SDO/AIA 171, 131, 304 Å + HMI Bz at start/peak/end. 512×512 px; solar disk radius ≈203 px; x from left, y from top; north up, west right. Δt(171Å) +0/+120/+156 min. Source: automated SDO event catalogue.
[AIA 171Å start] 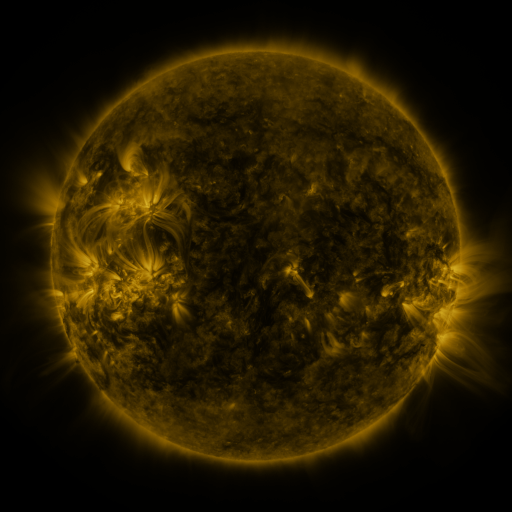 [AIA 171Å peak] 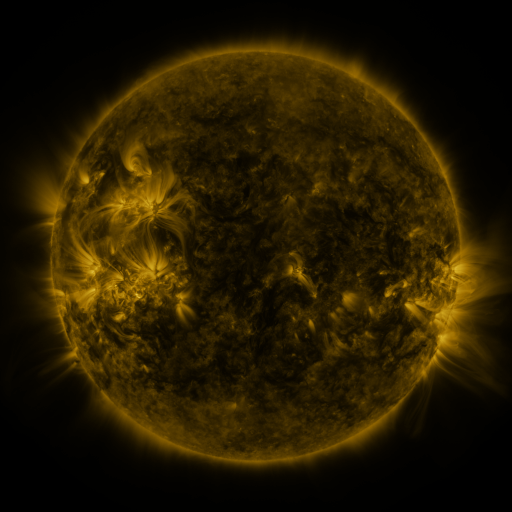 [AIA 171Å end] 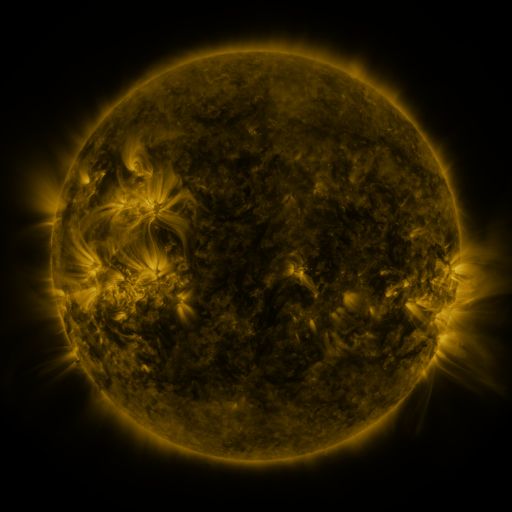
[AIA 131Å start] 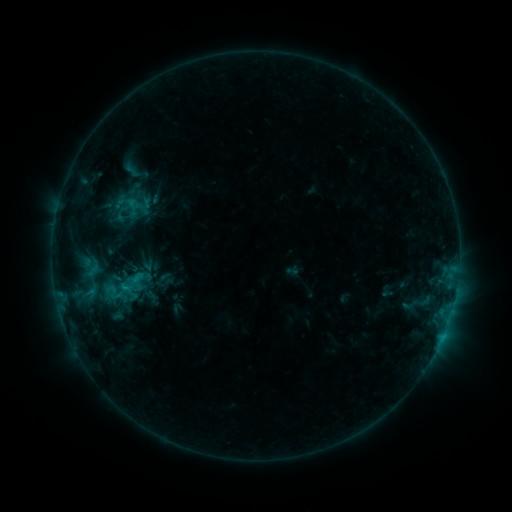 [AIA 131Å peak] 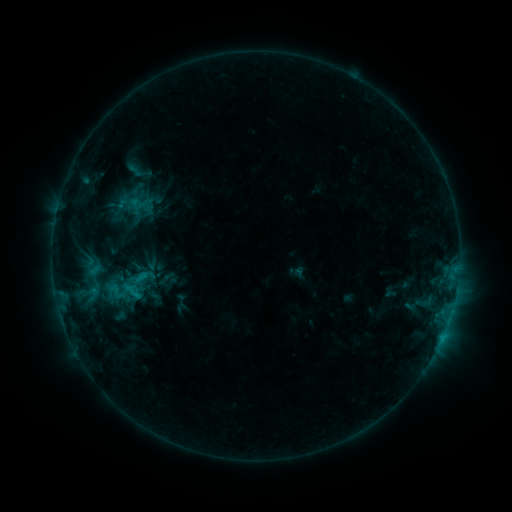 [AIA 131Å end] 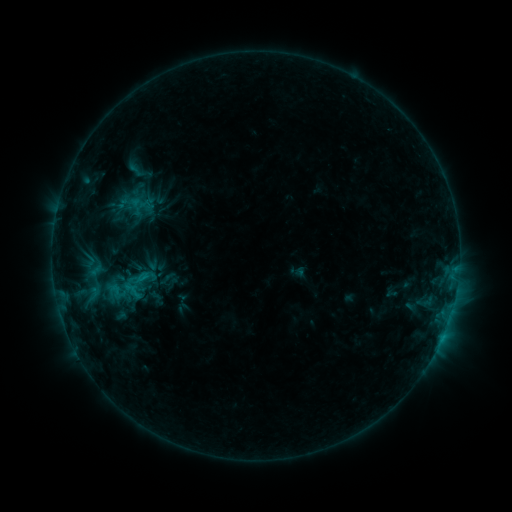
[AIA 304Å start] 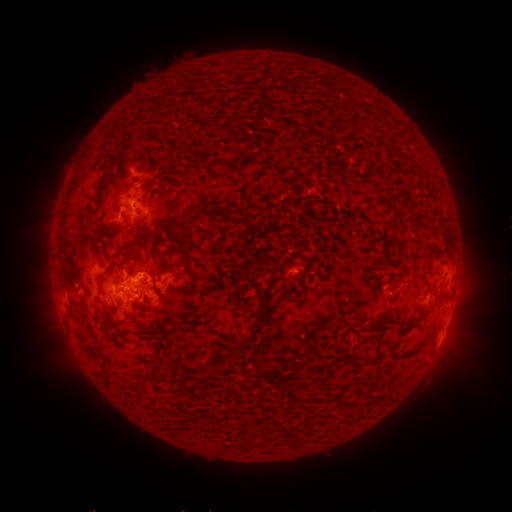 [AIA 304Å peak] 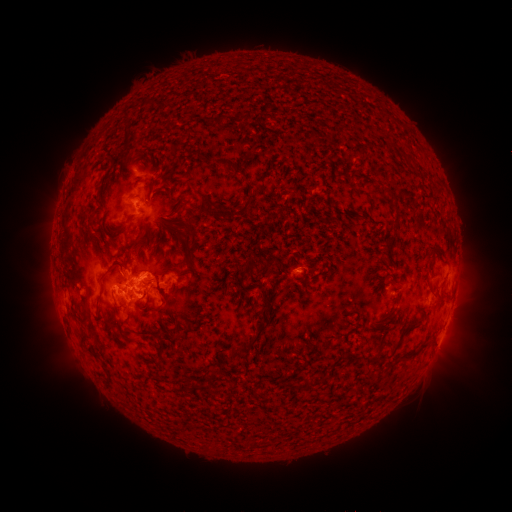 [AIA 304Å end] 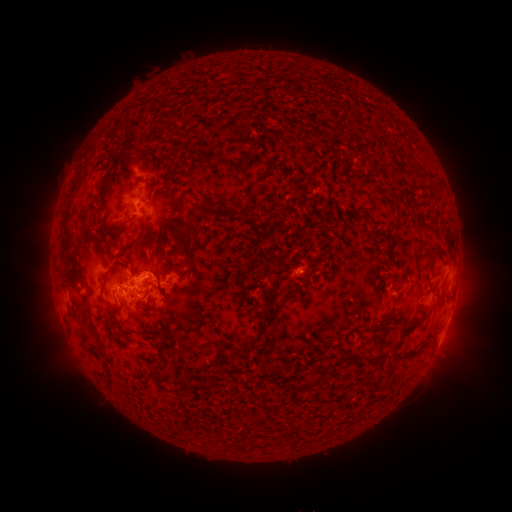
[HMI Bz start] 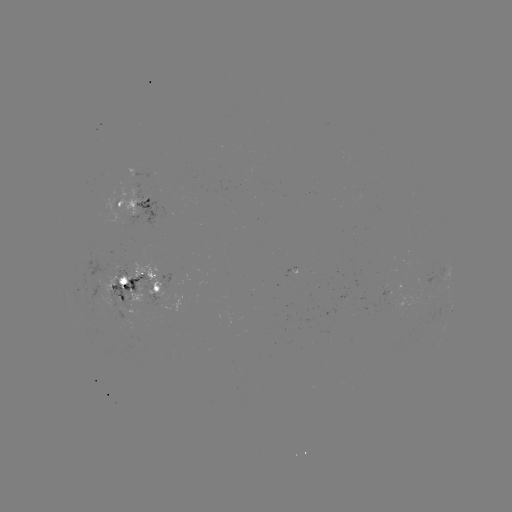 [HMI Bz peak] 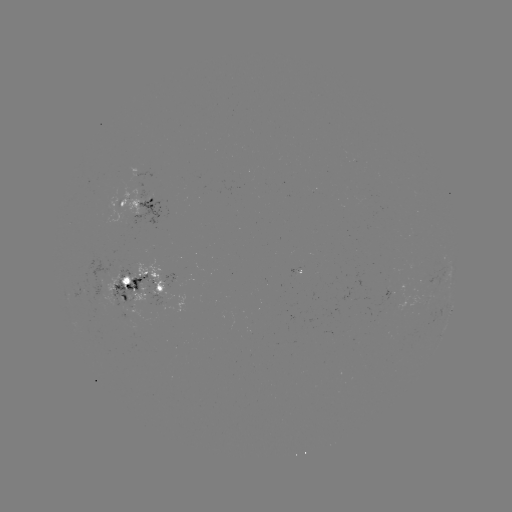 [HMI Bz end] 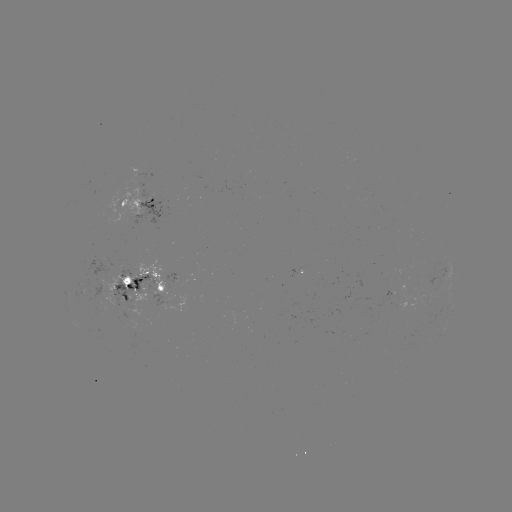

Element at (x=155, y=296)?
emerging-flux region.